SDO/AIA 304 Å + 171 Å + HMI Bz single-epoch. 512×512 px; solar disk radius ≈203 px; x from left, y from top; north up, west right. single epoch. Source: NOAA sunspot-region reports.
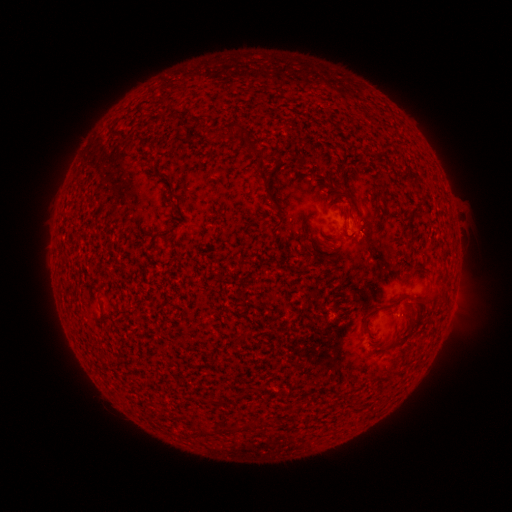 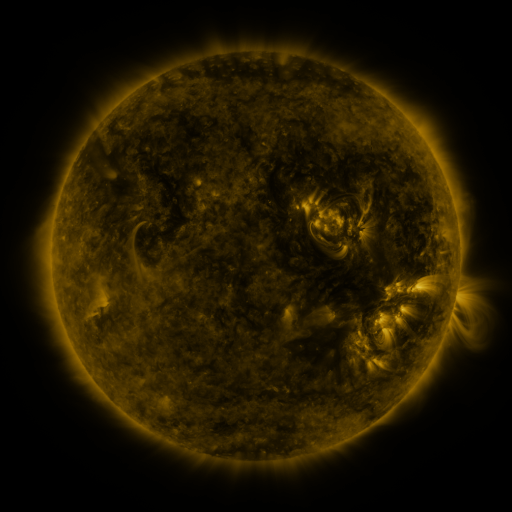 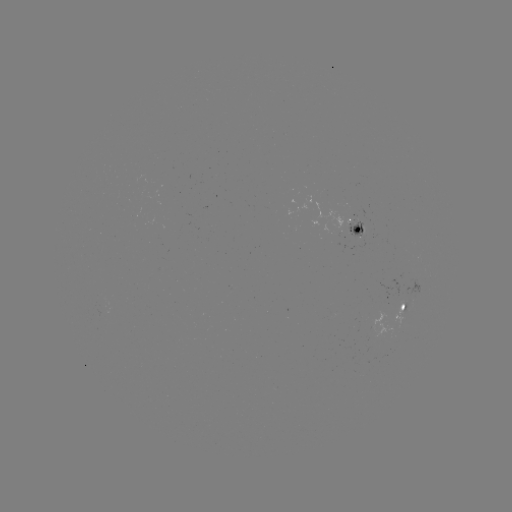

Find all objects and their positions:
spotted active region: (361, 229)
spotted active region: (402, 306)
